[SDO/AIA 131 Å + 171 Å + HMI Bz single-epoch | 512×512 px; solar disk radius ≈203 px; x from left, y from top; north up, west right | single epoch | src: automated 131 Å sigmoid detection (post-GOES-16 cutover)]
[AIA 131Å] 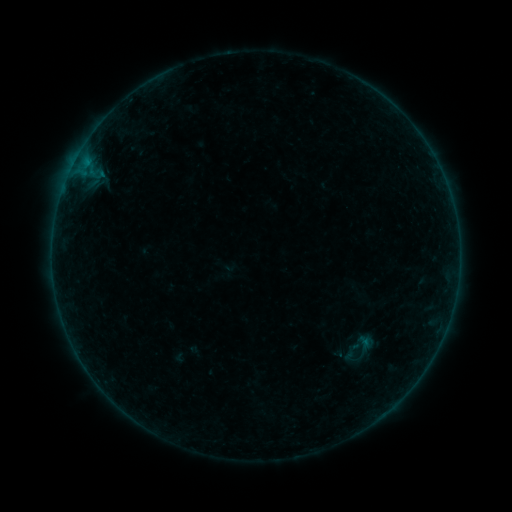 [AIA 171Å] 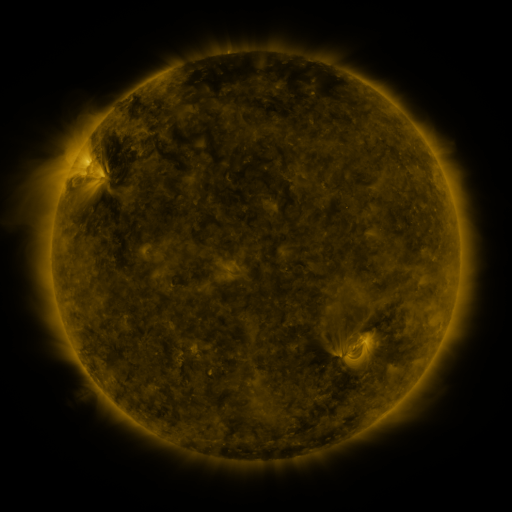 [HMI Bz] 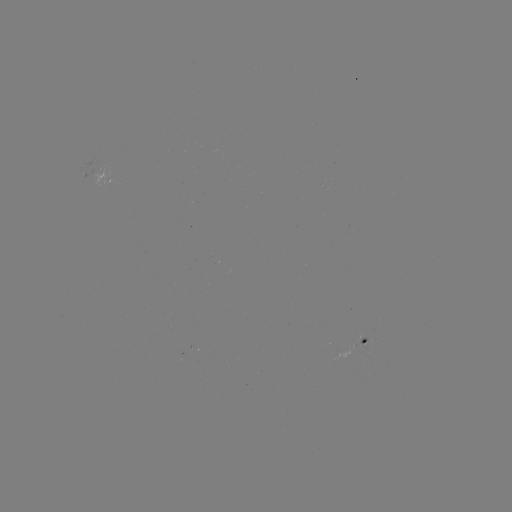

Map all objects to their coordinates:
sigmoid: (364, 347)
